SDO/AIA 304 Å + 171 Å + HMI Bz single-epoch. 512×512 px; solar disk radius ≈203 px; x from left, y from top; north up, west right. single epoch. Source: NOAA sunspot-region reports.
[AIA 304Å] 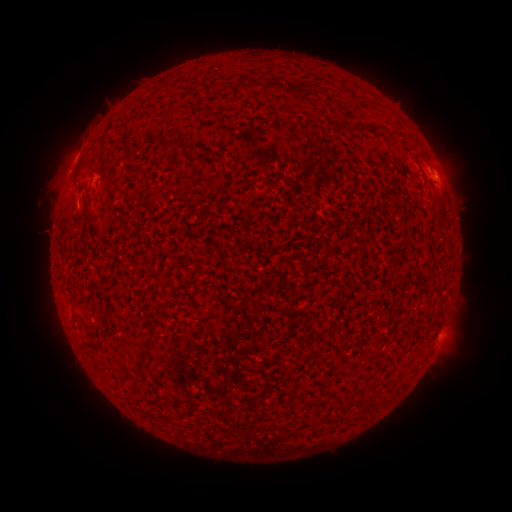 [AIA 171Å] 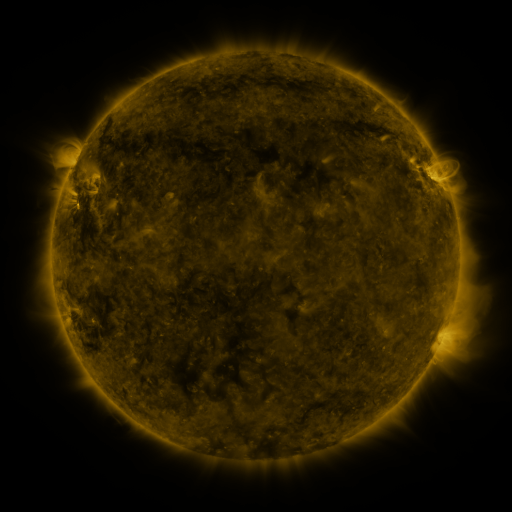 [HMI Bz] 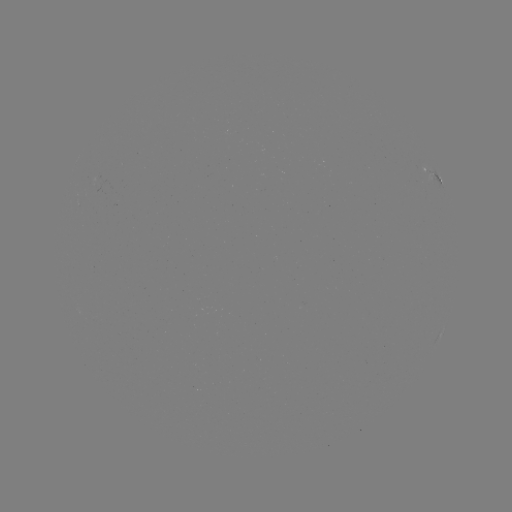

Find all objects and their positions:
spotted active region: (436, 173)
spotted active region: (442, 335)
spotted active region: (437, 339)
